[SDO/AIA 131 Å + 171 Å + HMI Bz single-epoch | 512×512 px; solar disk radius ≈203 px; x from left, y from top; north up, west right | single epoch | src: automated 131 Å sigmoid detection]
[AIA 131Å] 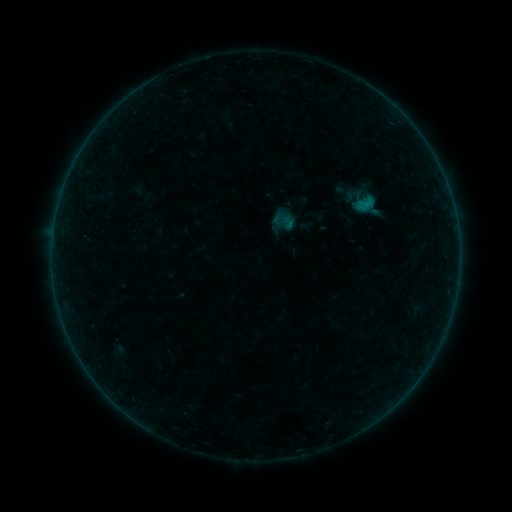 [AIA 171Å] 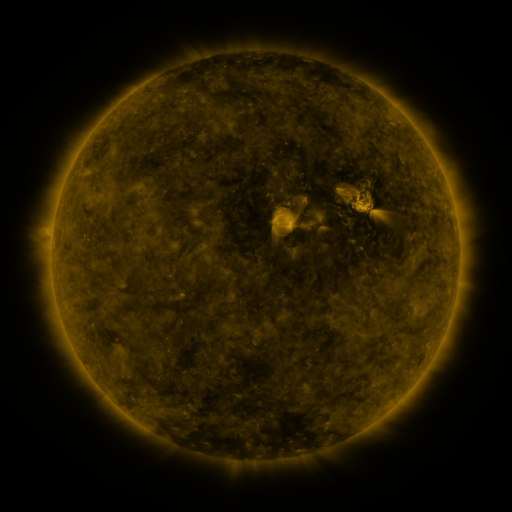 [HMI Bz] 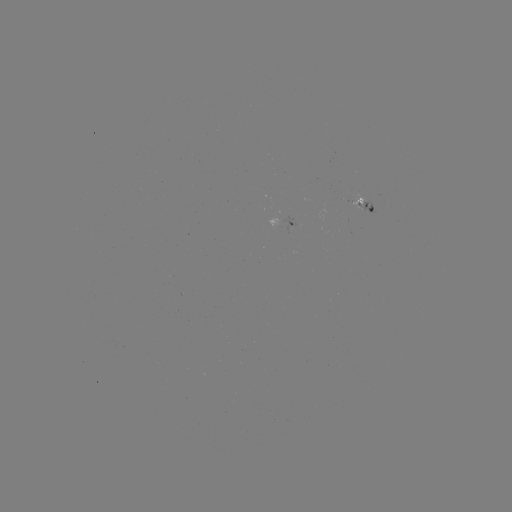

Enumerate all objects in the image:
sigmoid: <bbox>271, 209, 296, 234</bbox>
